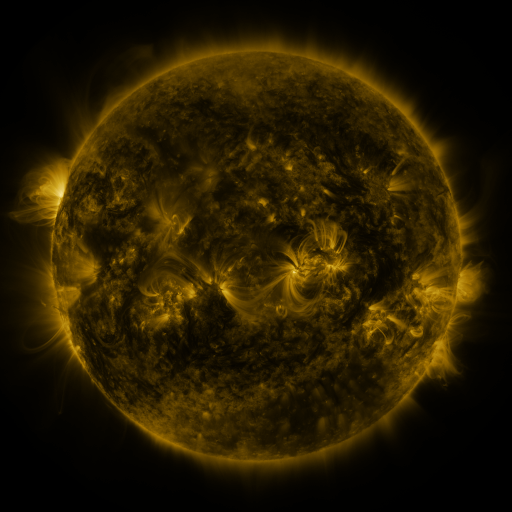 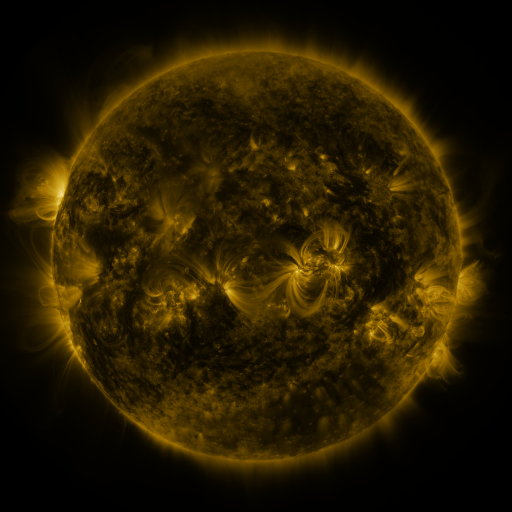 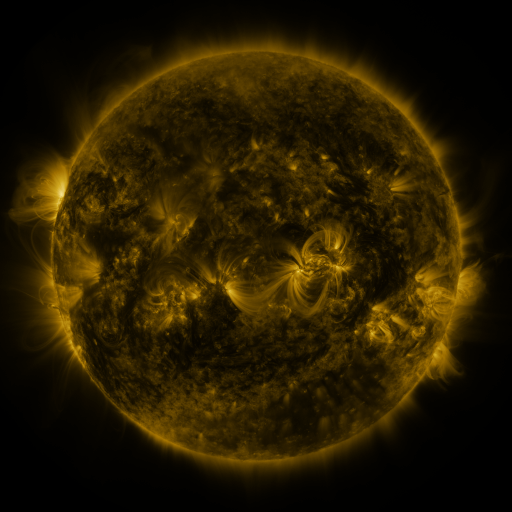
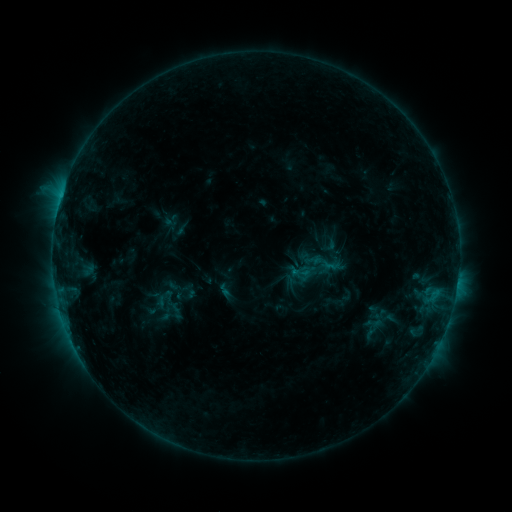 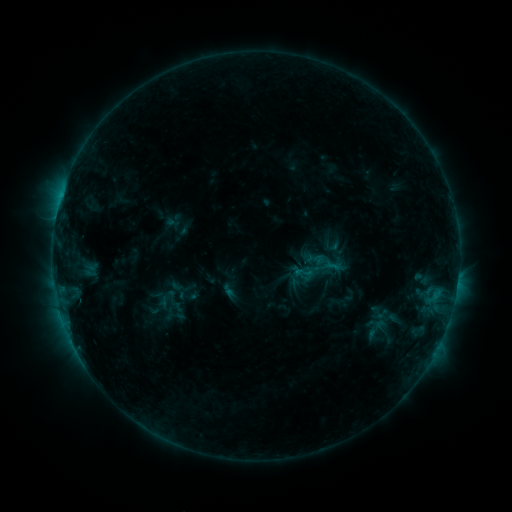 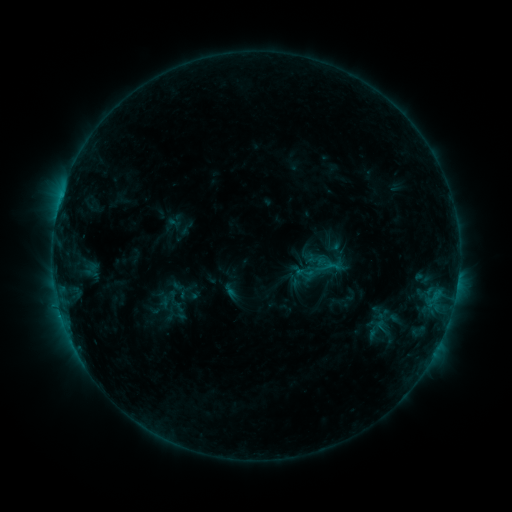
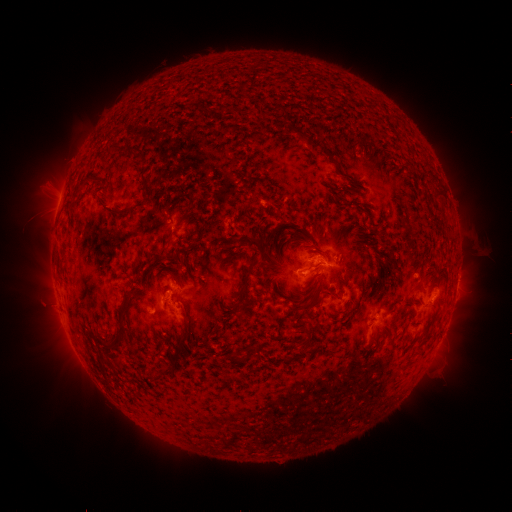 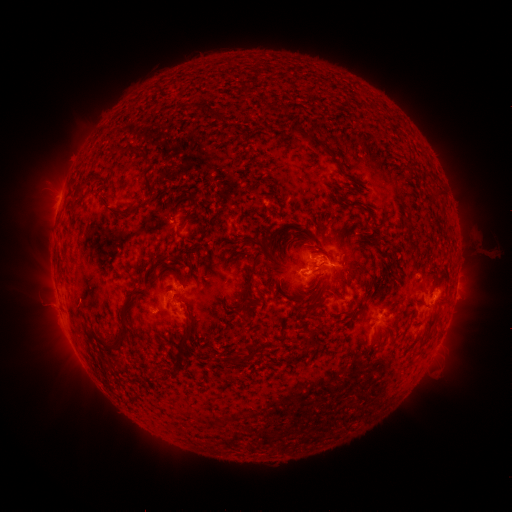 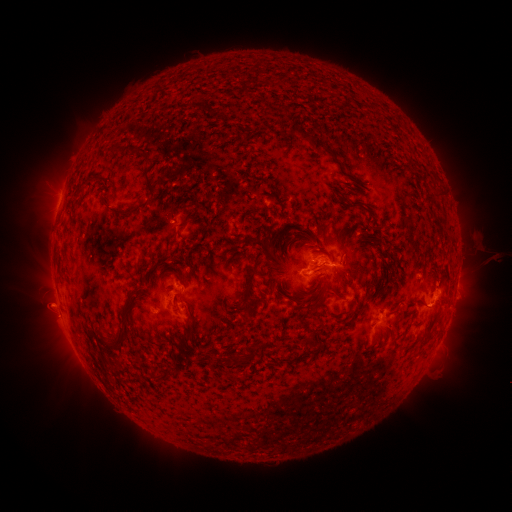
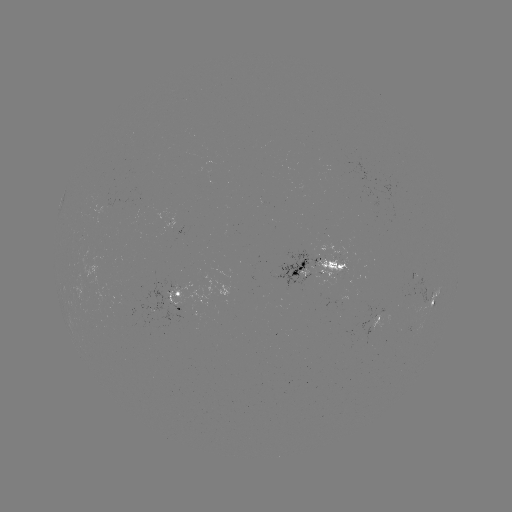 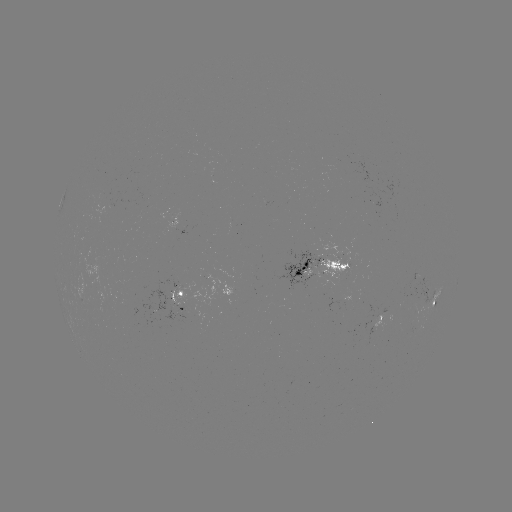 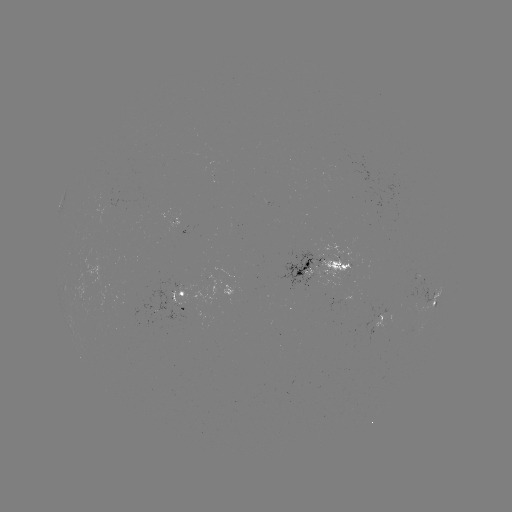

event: emerging-flux region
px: (338, 311)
